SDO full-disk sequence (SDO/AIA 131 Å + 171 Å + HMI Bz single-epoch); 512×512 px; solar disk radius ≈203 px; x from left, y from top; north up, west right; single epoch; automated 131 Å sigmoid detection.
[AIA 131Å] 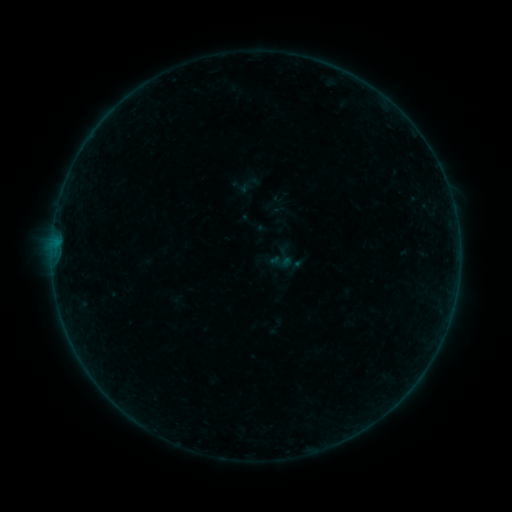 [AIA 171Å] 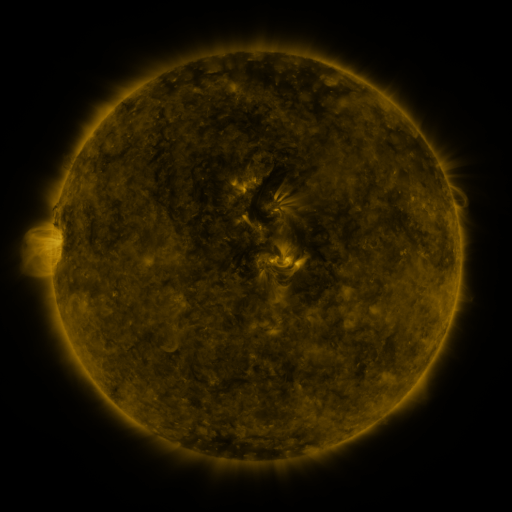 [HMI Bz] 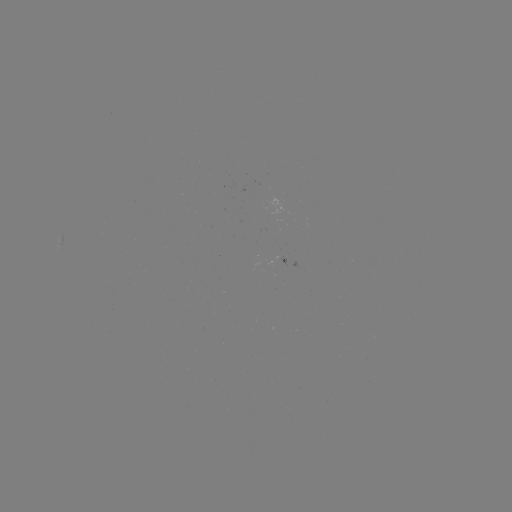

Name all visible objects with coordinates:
sigmoid: (269, 250, 293, 273)
